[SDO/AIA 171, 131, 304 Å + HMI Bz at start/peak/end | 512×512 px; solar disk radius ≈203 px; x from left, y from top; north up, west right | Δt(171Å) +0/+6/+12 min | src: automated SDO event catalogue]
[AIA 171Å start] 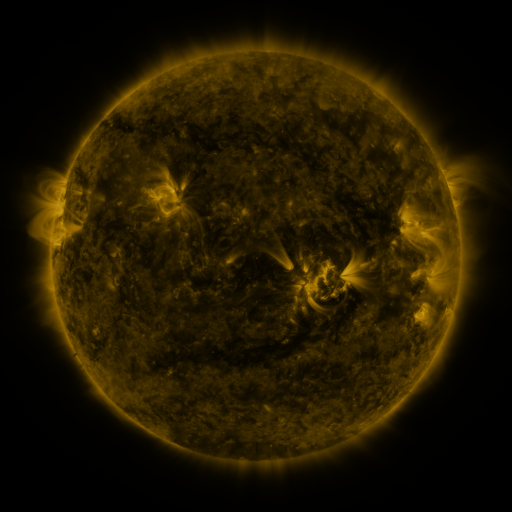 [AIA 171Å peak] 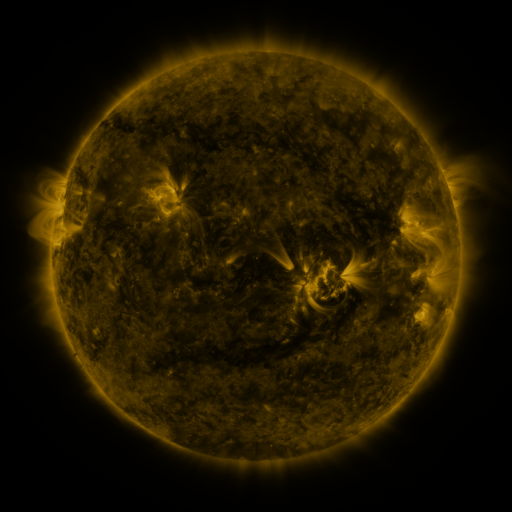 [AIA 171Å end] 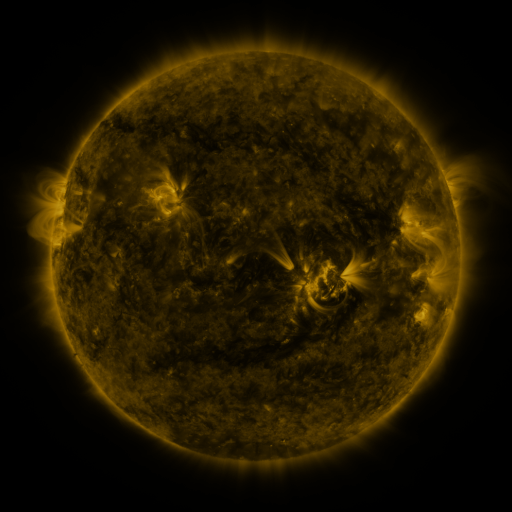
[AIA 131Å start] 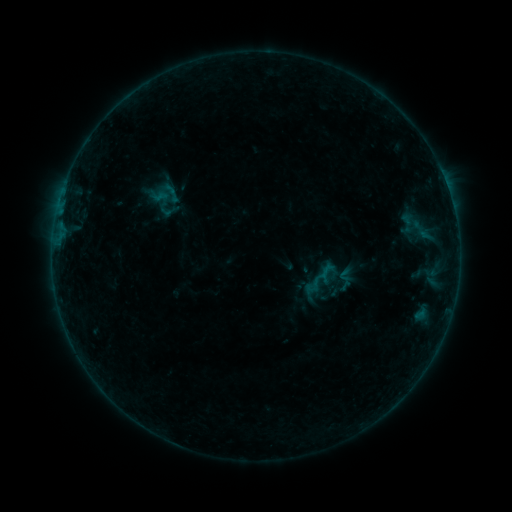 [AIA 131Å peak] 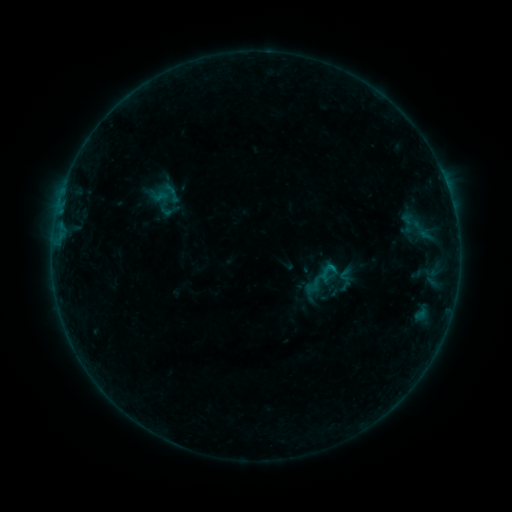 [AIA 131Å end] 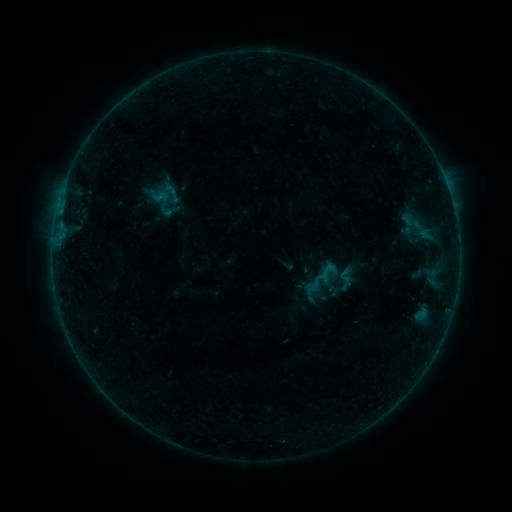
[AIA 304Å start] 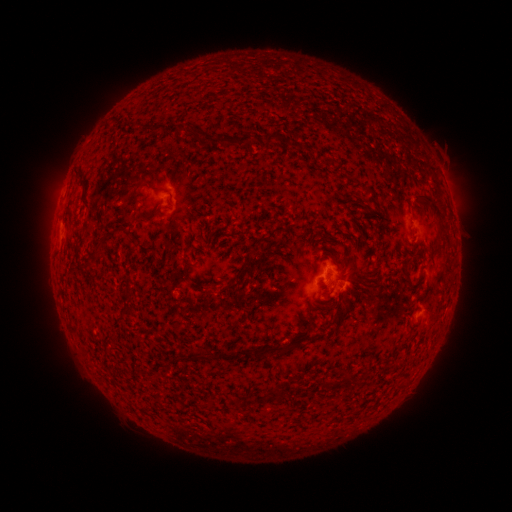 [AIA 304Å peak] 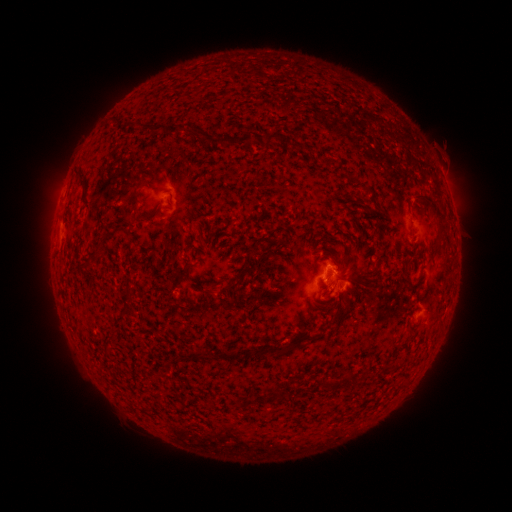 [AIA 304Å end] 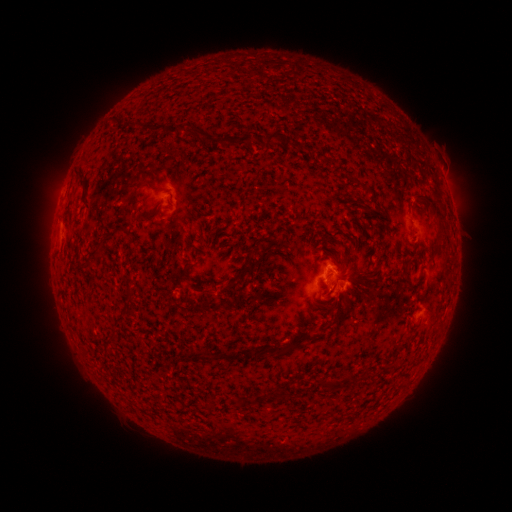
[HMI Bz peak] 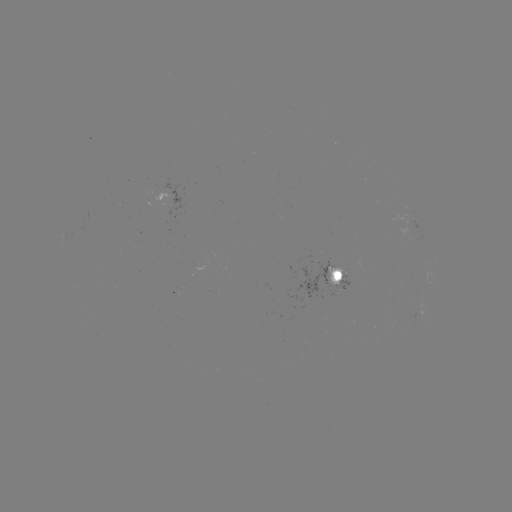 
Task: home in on B2.5 flare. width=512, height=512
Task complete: (328, 264).